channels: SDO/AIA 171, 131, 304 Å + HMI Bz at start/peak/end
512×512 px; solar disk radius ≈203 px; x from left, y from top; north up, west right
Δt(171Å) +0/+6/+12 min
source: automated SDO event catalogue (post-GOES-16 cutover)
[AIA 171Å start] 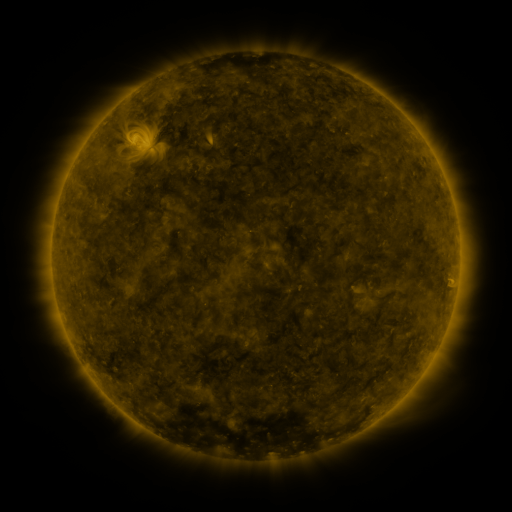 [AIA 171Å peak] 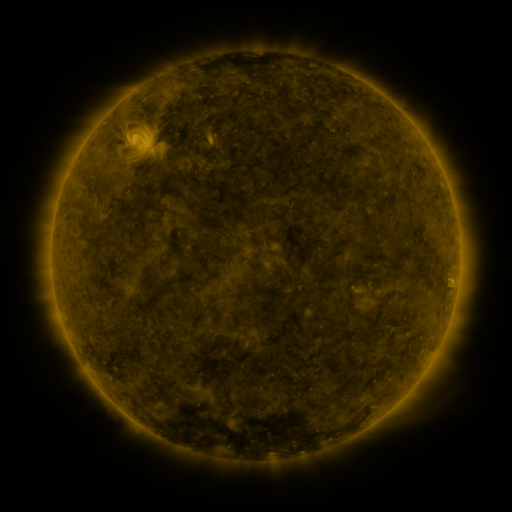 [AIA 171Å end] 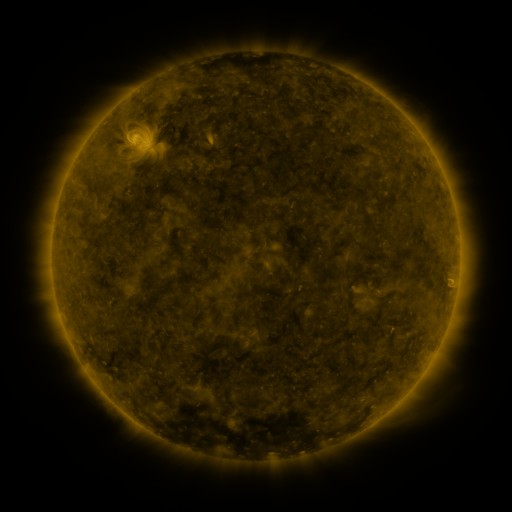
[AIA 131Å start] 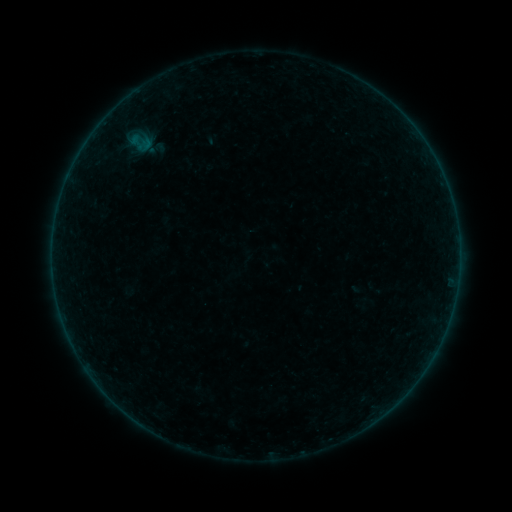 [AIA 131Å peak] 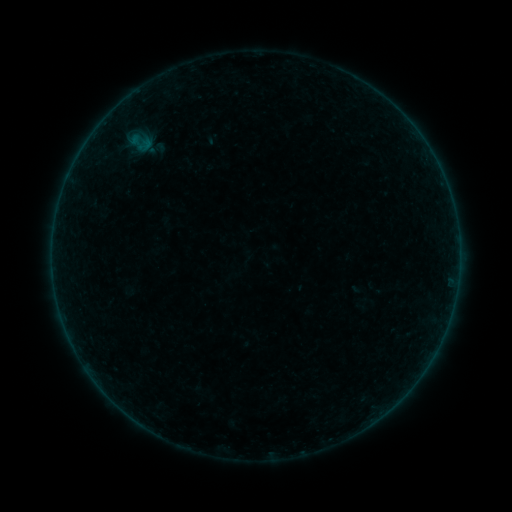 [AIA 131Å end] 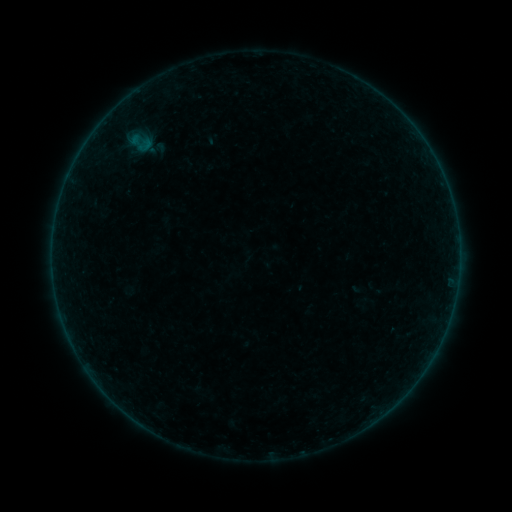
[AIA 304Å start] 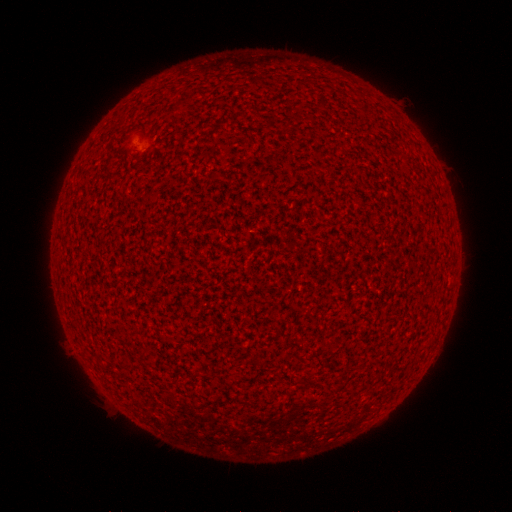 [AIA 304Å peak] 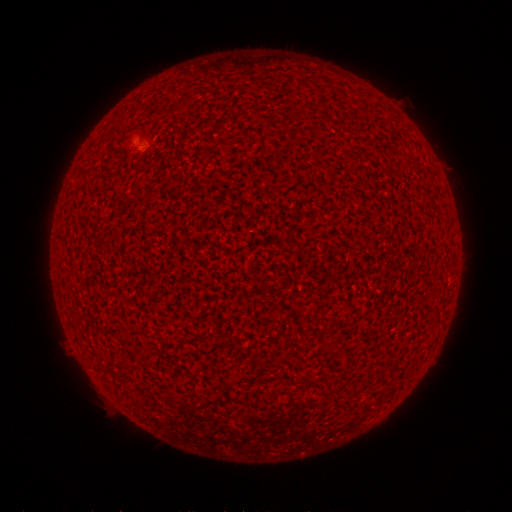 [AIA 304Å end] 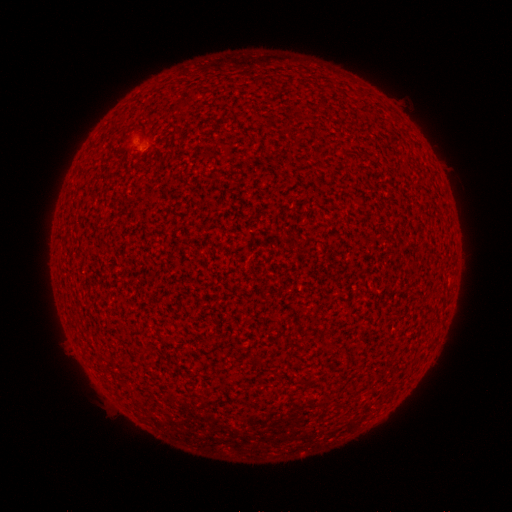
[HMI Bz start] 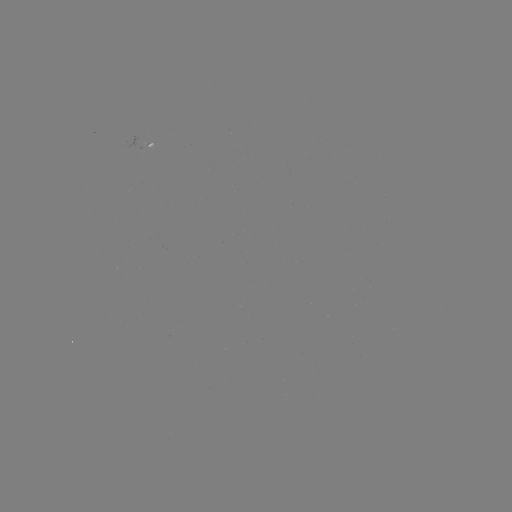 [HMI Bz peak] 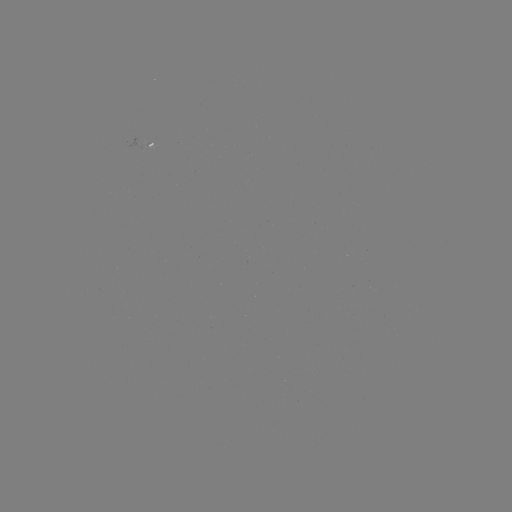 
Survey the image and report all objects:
A2.3 flare: (143, 150)
